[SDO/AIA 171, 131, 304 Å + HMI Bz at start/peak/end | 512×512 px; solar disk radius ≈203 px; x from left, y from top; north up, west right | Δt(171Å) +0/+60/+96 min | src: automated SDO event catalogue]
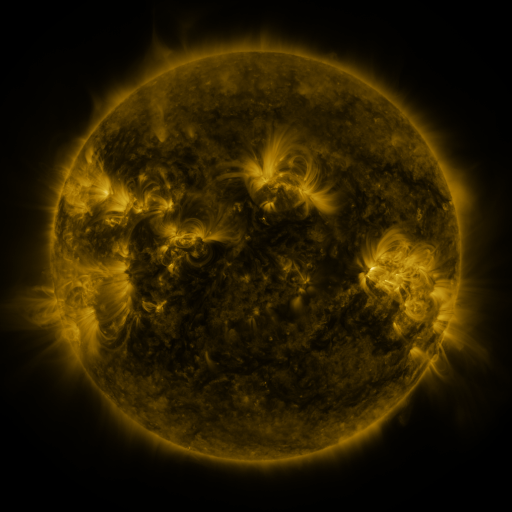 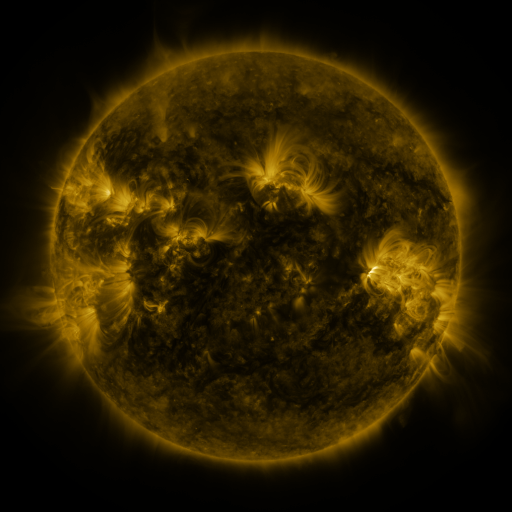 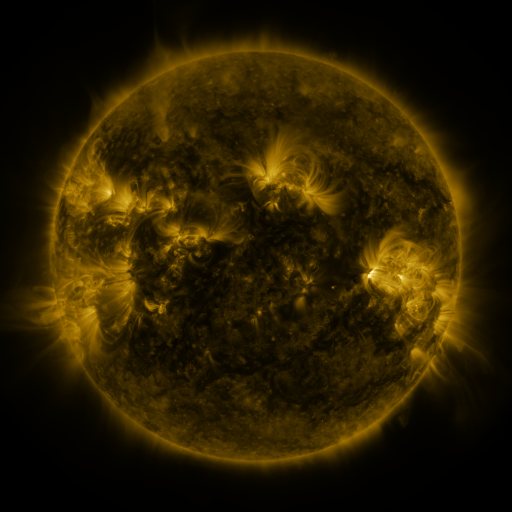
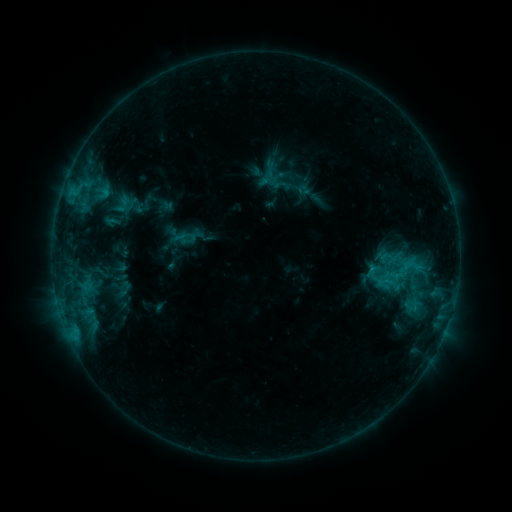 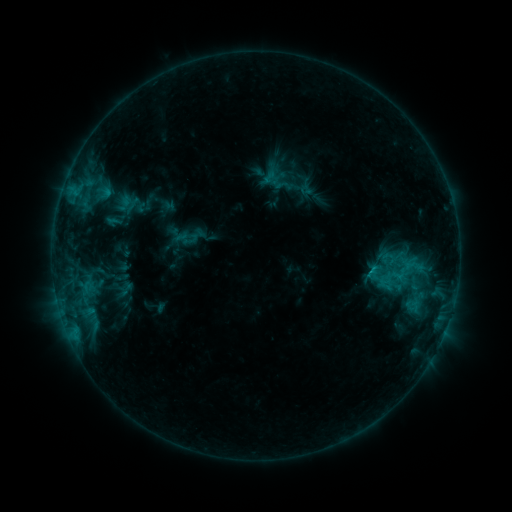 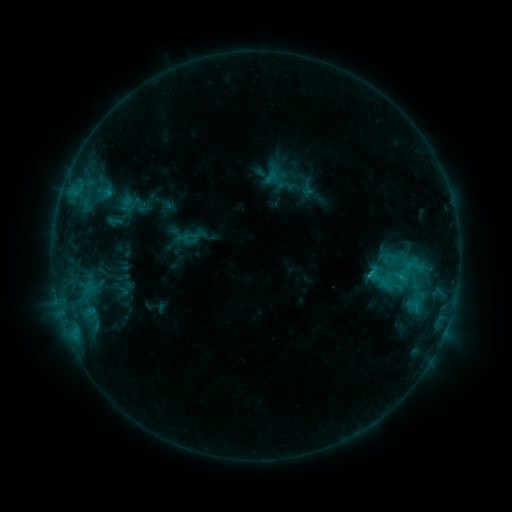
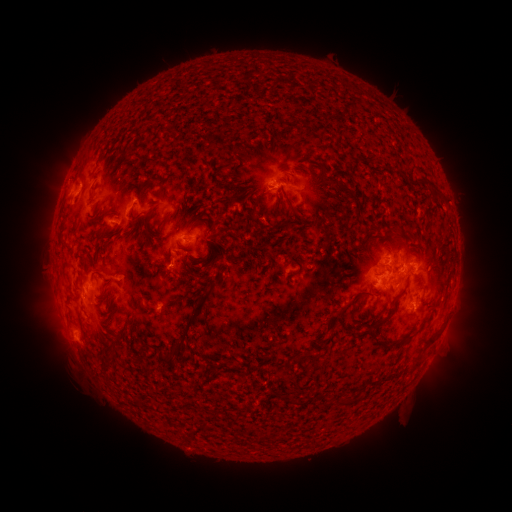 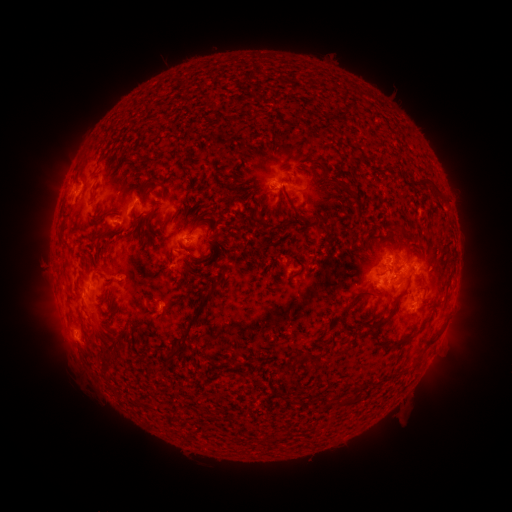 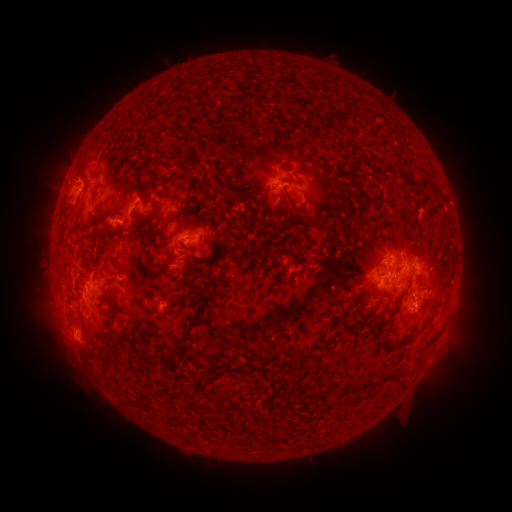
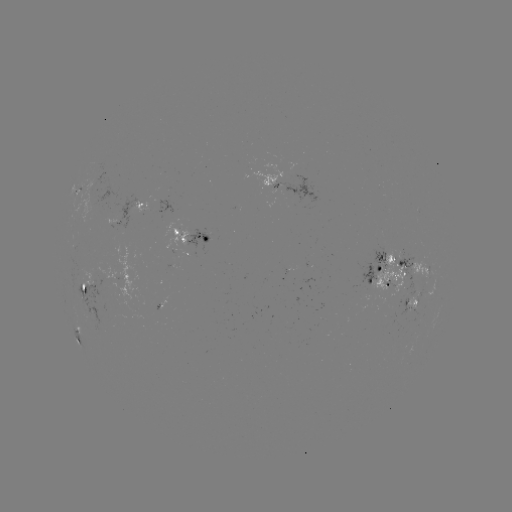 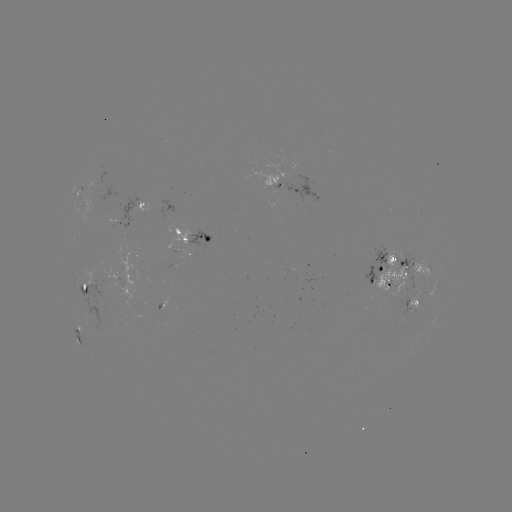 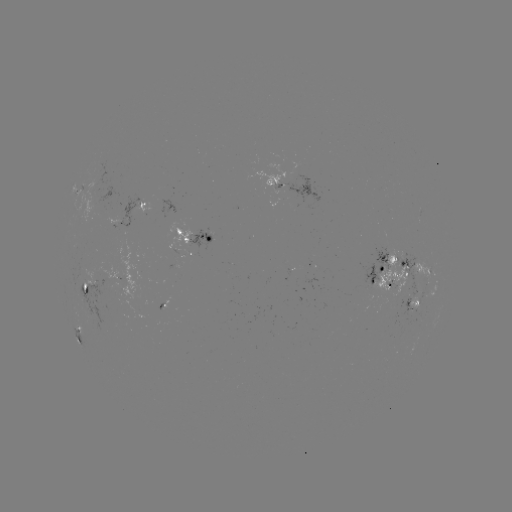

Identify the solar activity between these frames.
emerging-flux region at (392, 306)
